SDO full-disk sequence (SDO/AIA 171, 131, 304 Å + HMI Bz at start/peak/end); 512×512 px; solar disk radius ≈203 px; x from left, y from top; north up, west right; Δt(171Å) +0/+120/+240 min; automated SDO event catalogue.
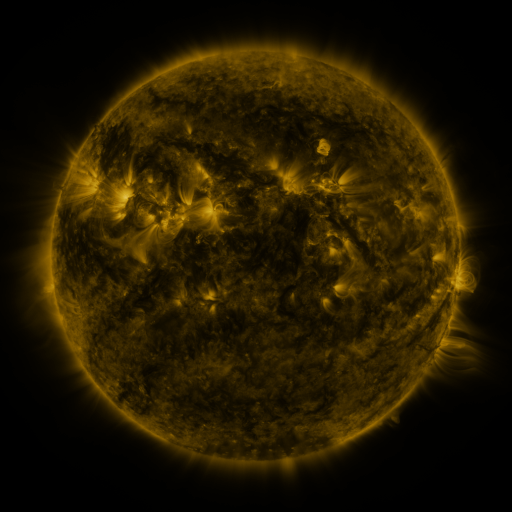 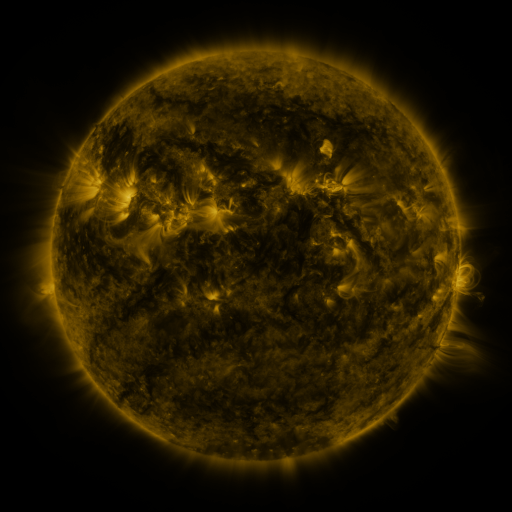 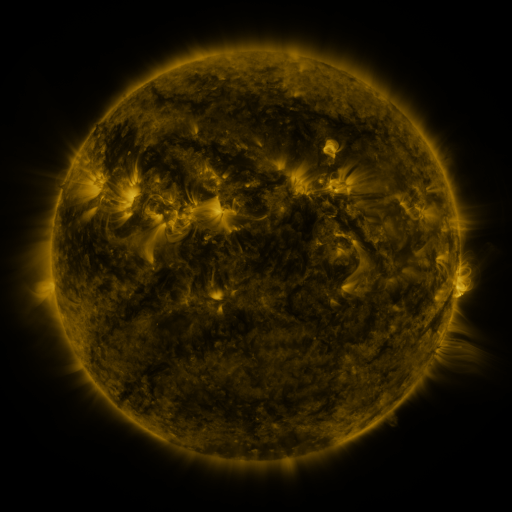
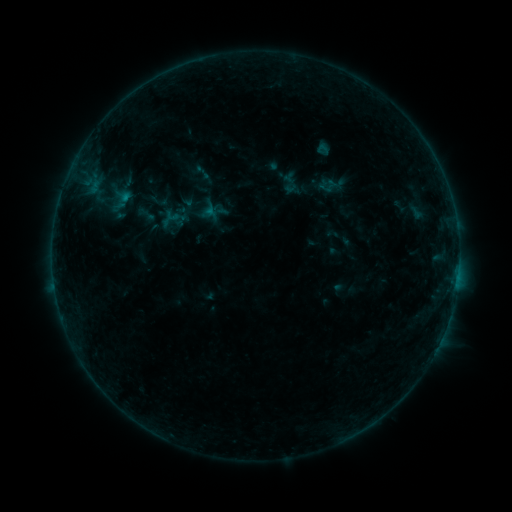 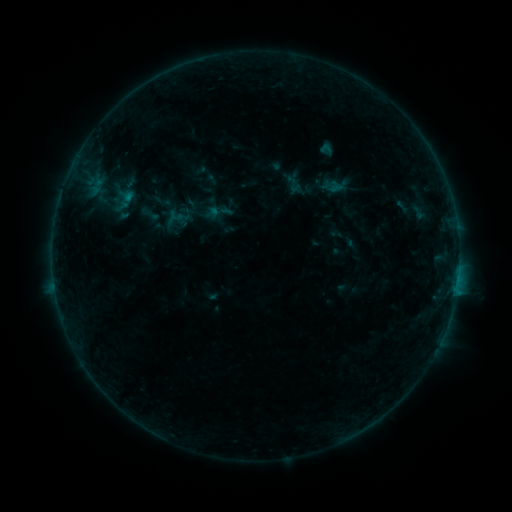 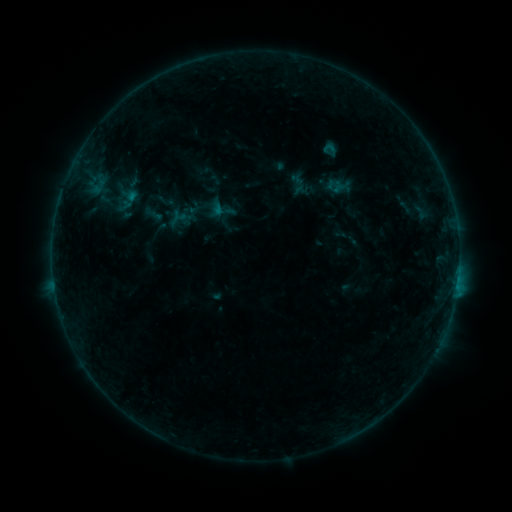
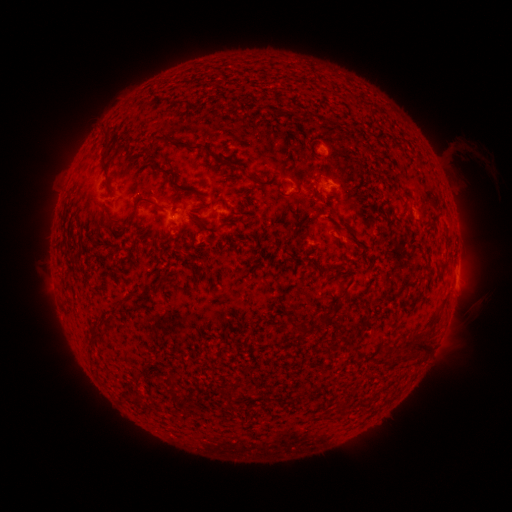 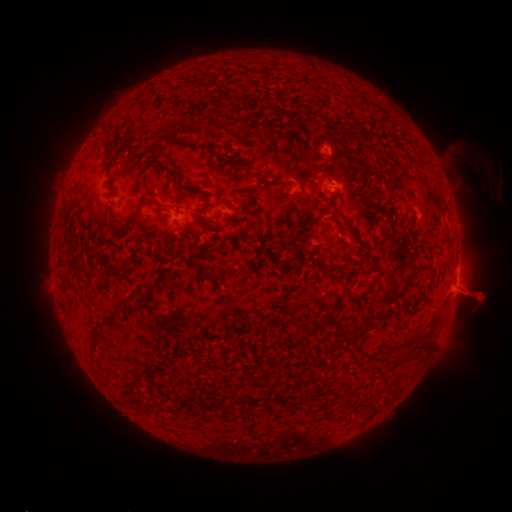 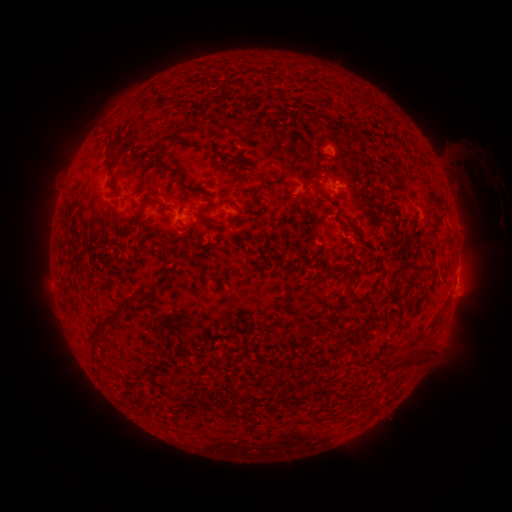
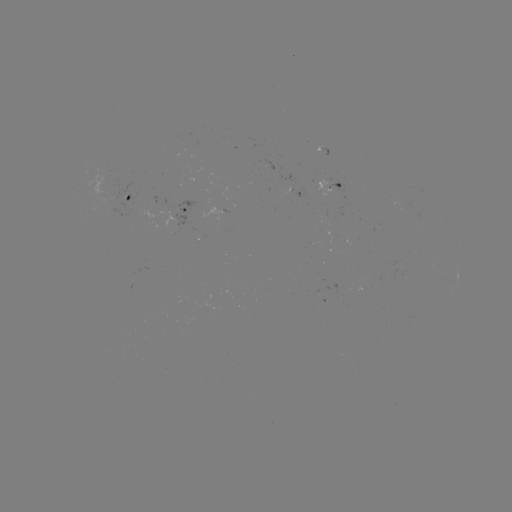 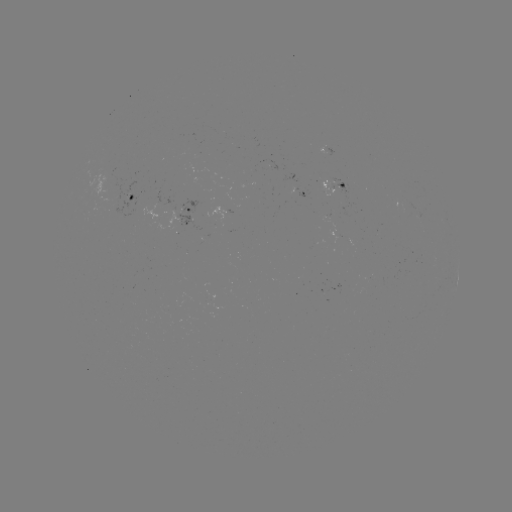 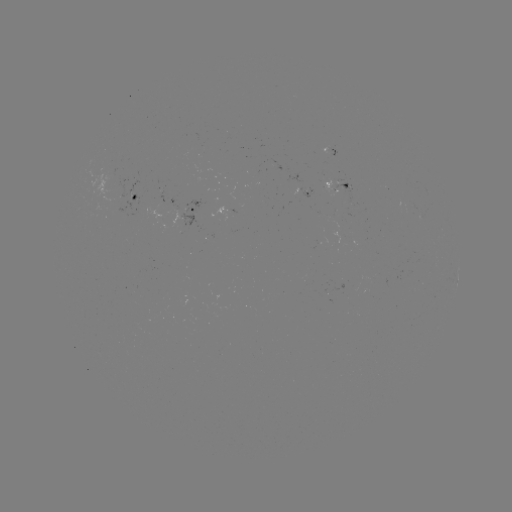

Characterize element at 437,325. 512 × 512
filament eruption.